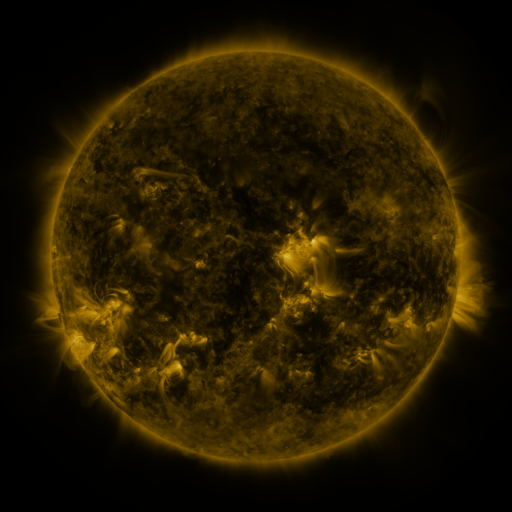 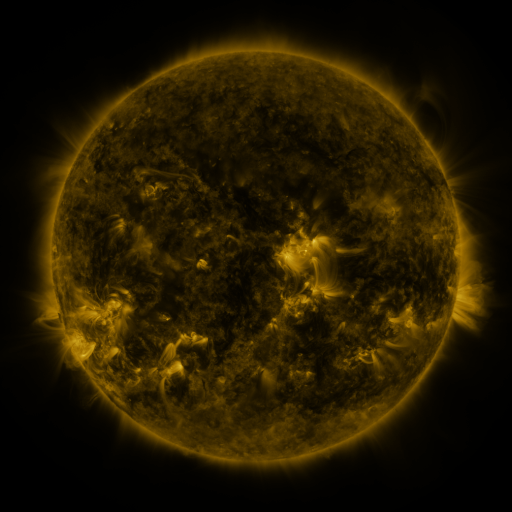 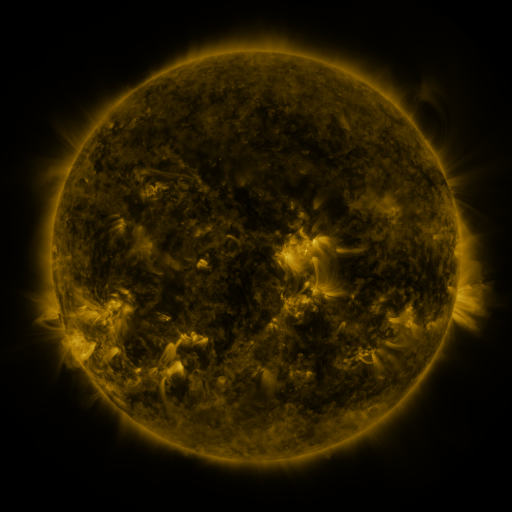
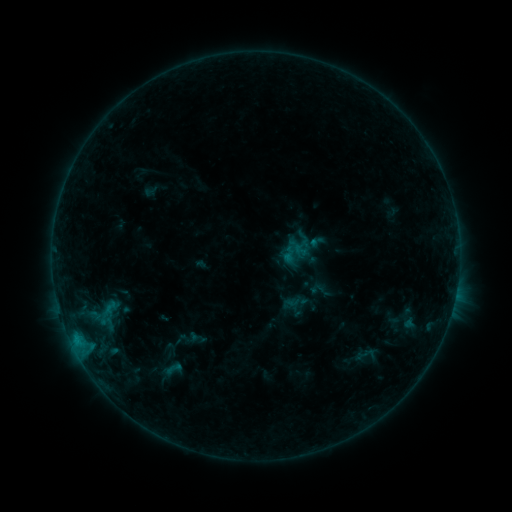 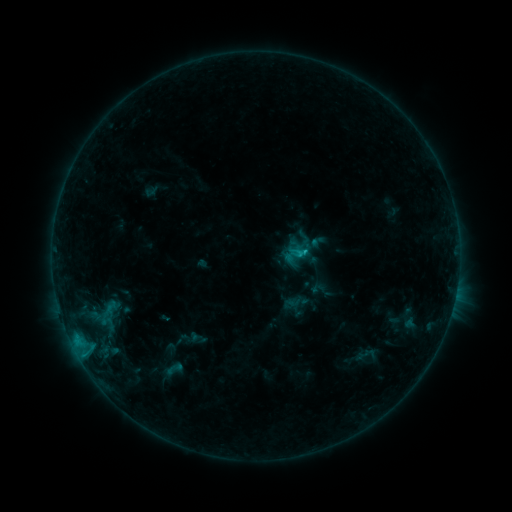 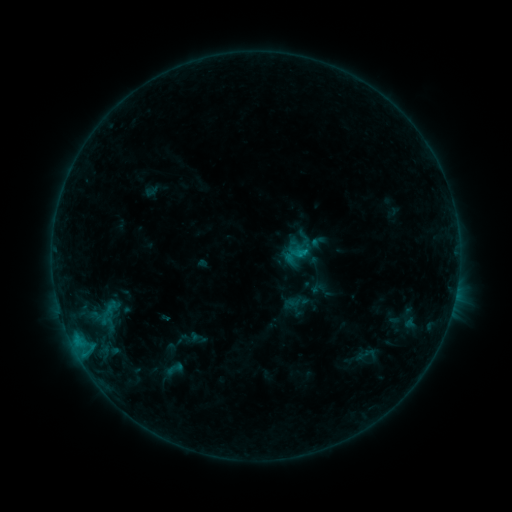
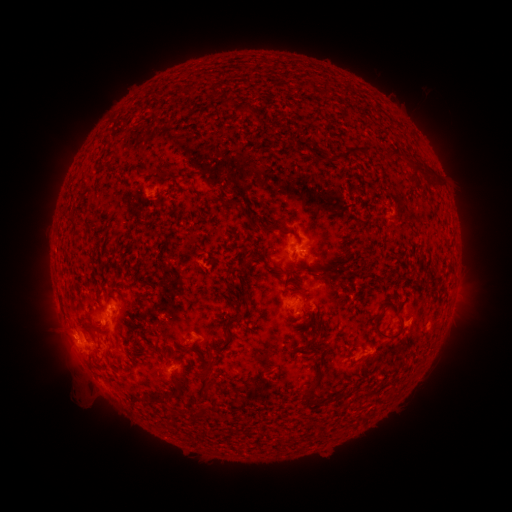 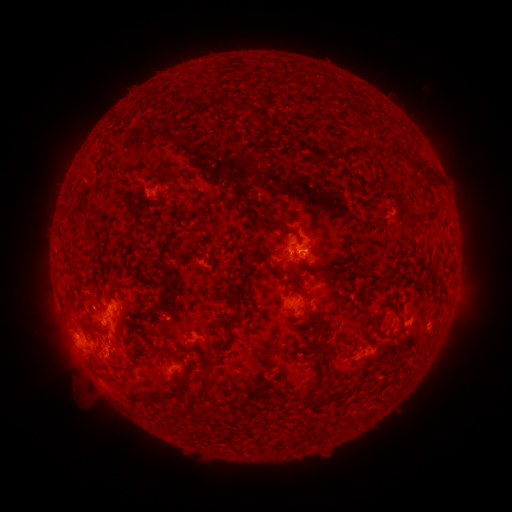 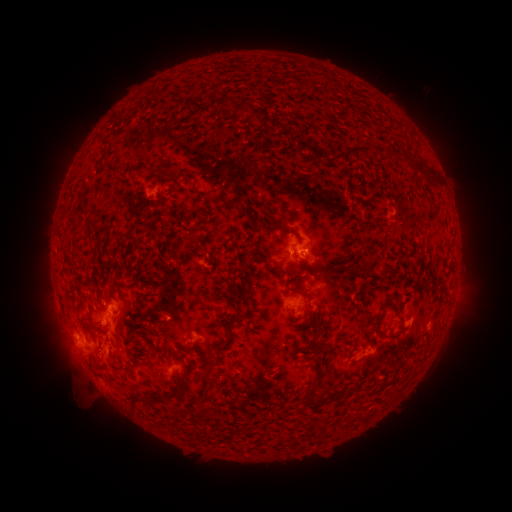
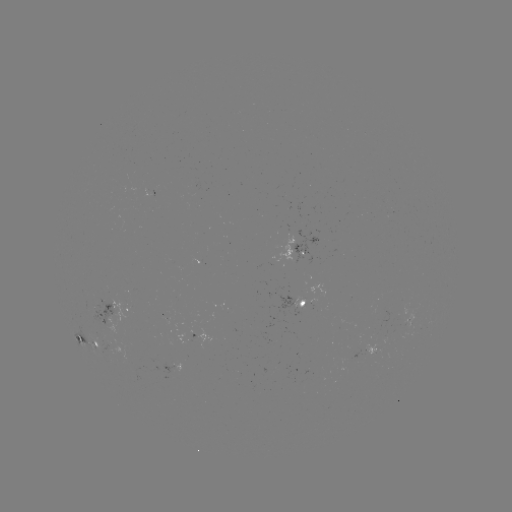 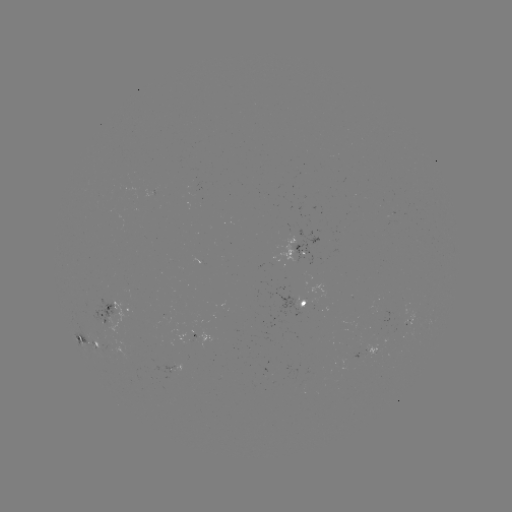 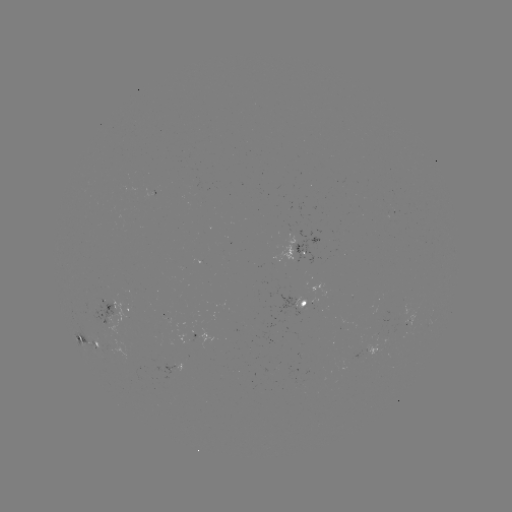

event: flare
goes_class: B9.5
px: (305, 252)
